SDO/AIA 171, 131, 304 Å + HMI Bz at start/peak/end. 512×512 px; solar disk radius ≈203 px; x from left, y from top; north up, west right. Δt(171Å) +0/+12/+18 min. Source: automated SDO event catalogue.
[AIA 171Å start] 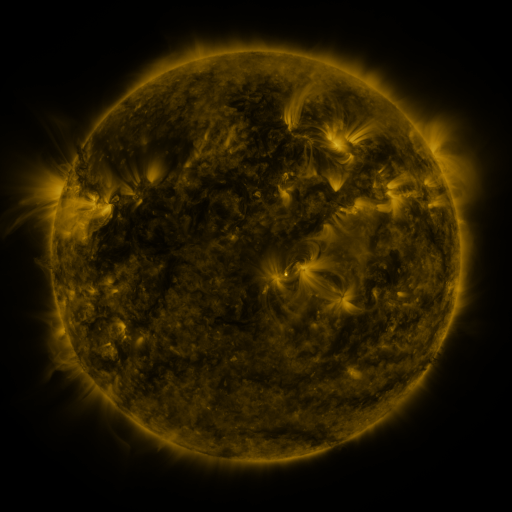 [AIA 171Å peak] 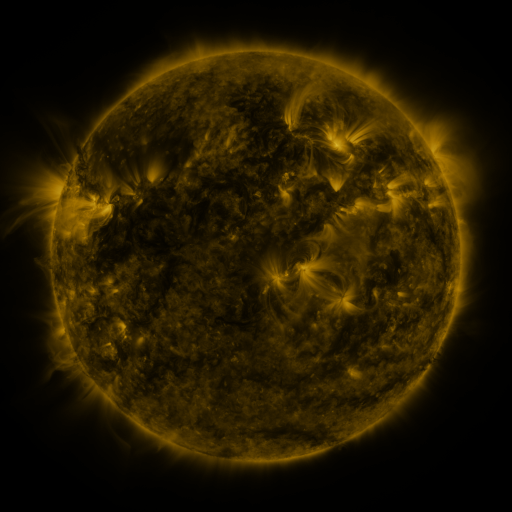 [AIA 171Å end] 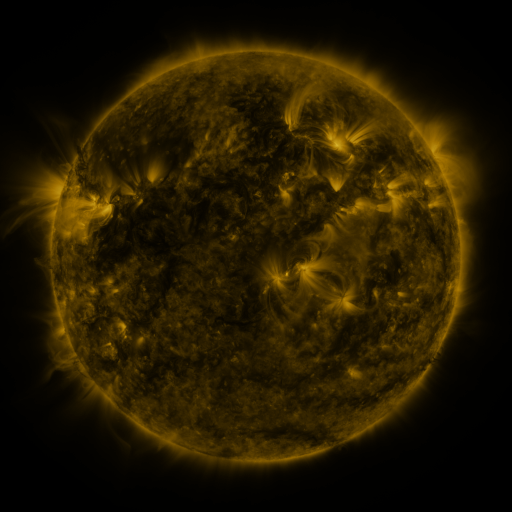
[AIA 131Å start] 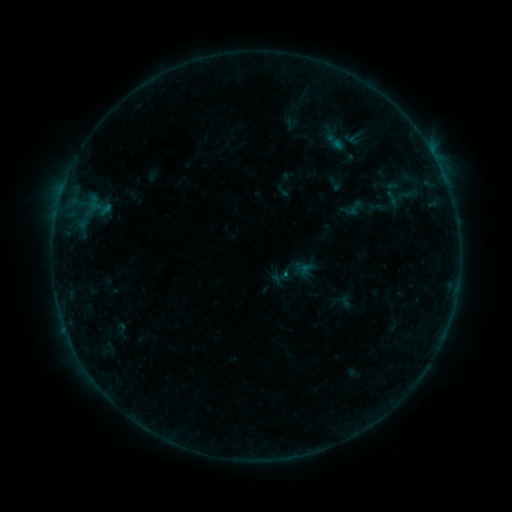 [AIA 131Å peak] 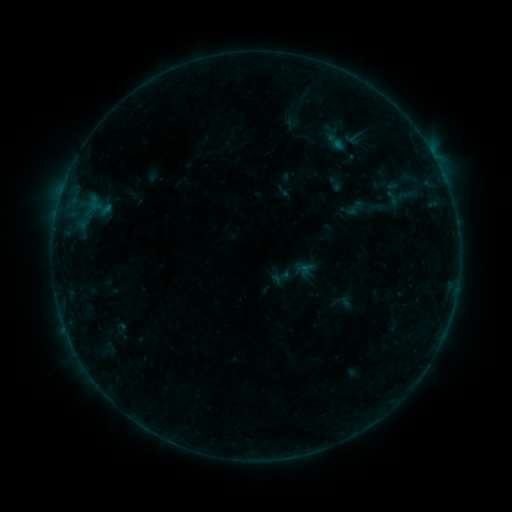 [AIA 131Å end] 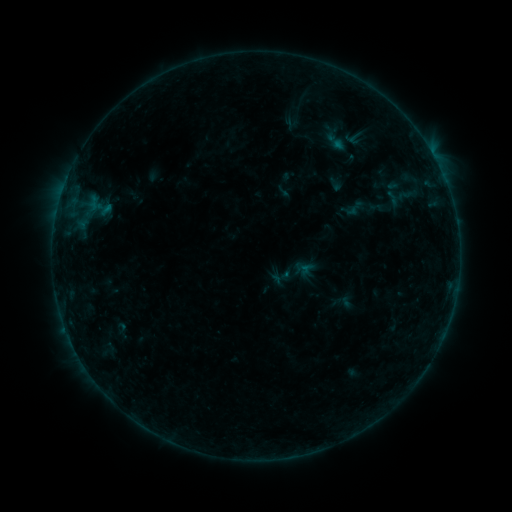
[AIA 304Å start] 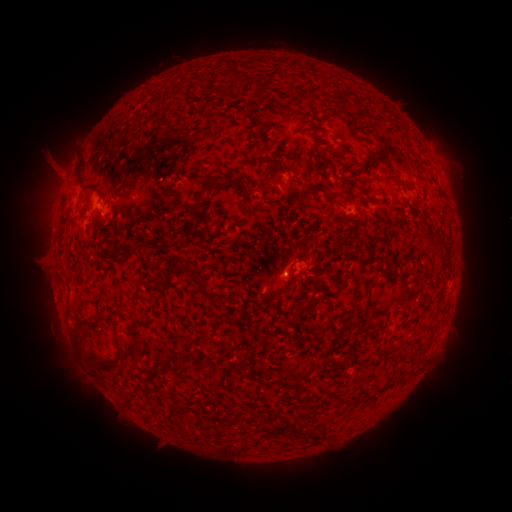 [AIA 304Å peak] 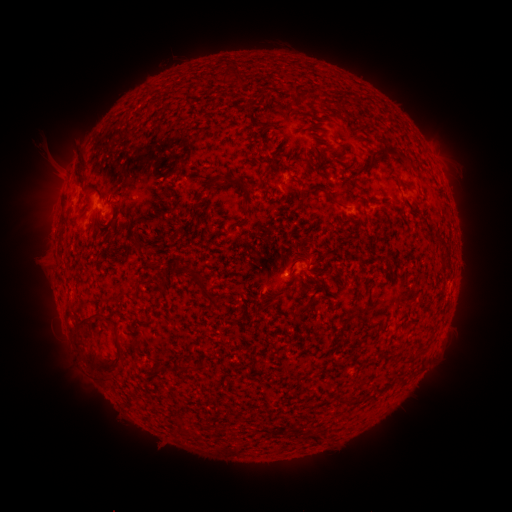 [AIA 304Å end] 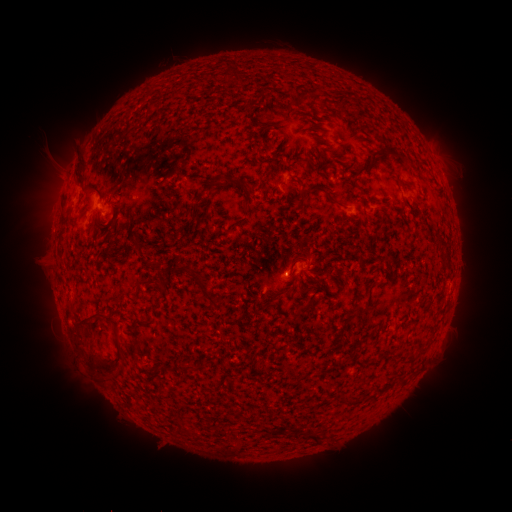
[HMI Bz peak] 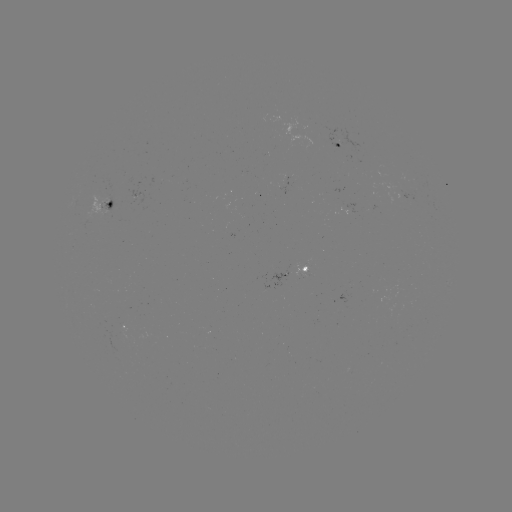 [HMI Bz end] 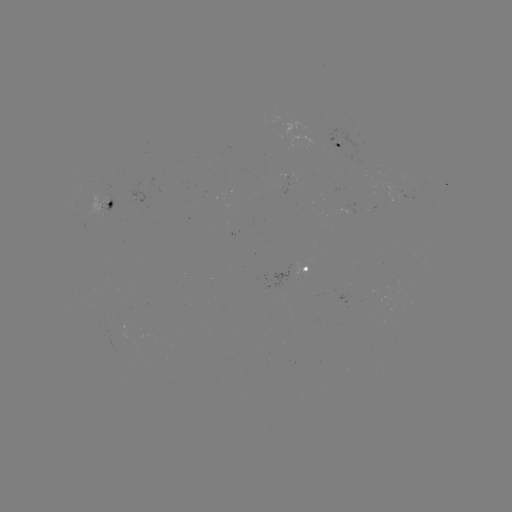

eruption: <bbox>62, 344, 107, 390</bbox>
